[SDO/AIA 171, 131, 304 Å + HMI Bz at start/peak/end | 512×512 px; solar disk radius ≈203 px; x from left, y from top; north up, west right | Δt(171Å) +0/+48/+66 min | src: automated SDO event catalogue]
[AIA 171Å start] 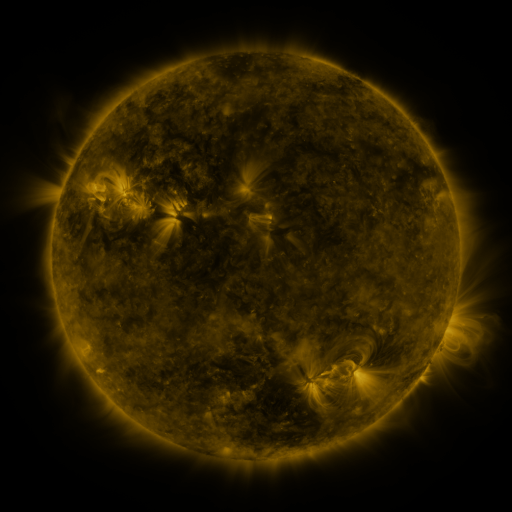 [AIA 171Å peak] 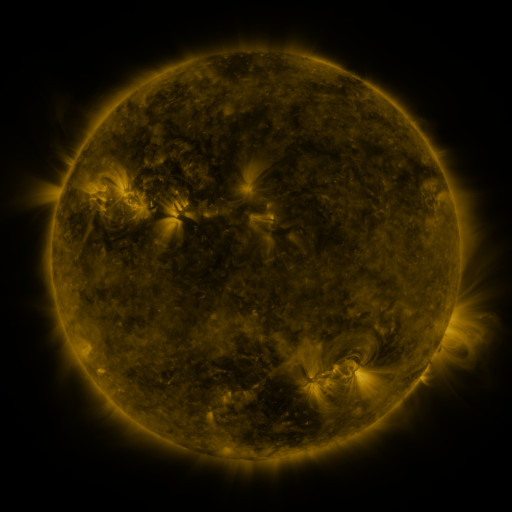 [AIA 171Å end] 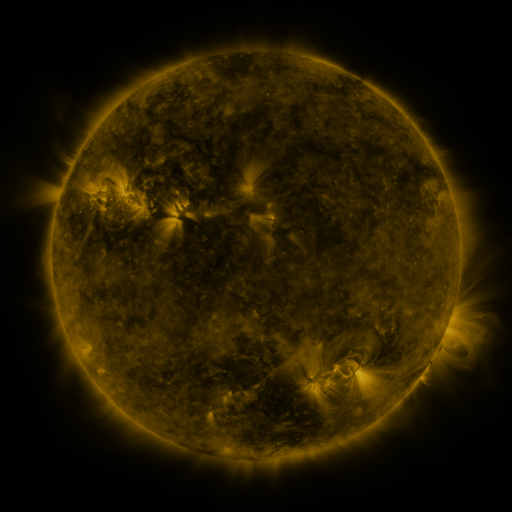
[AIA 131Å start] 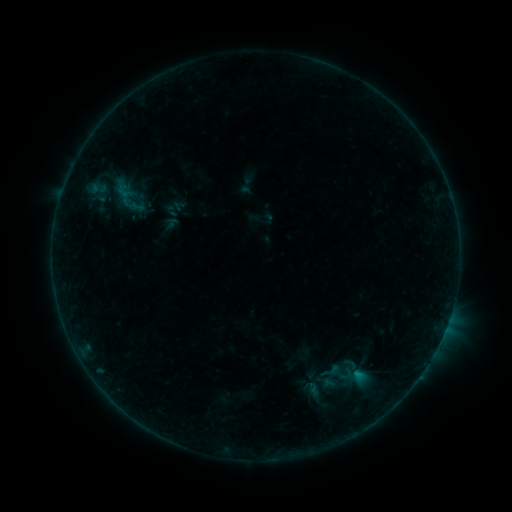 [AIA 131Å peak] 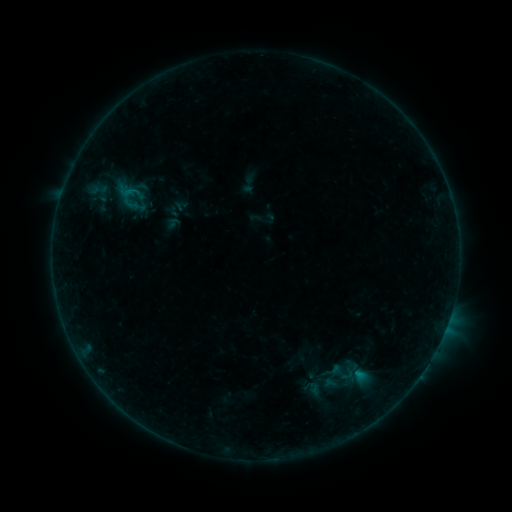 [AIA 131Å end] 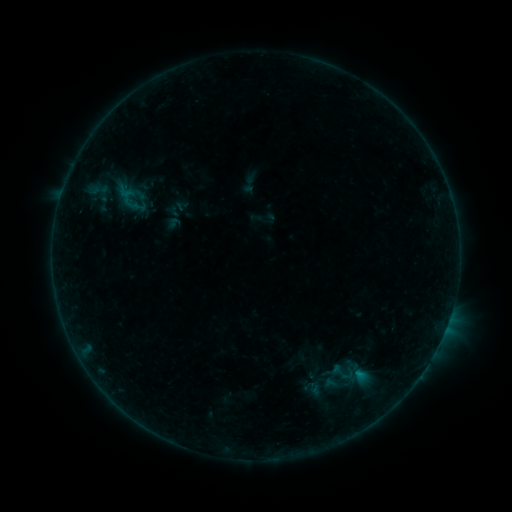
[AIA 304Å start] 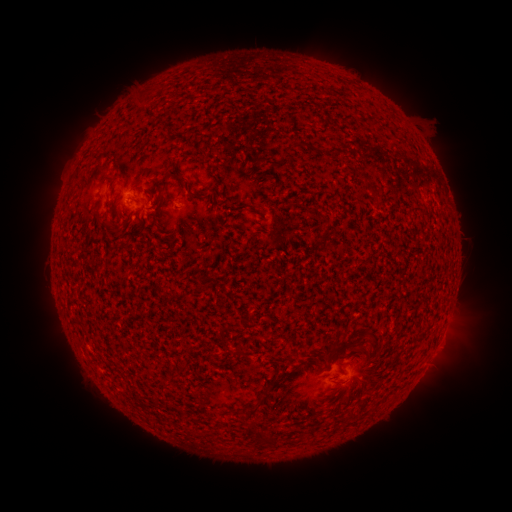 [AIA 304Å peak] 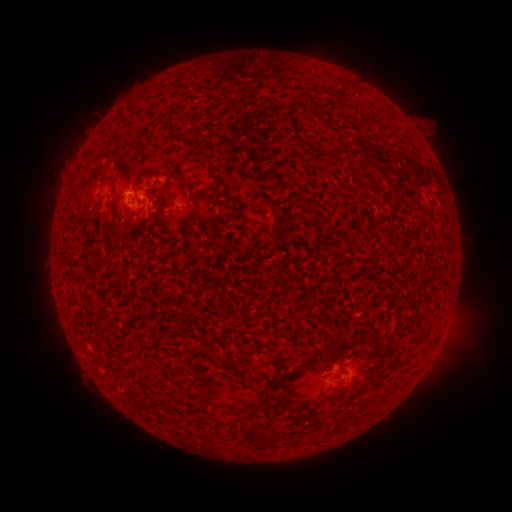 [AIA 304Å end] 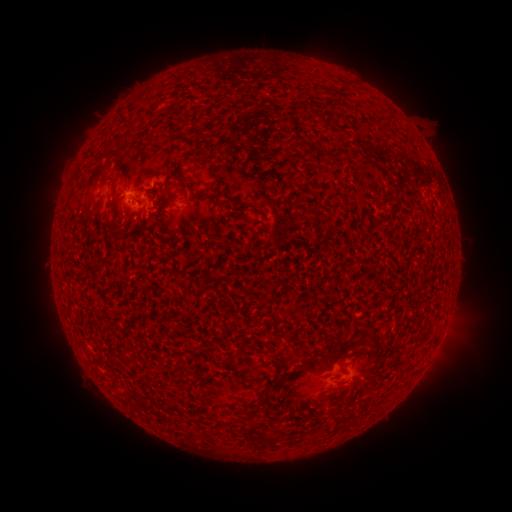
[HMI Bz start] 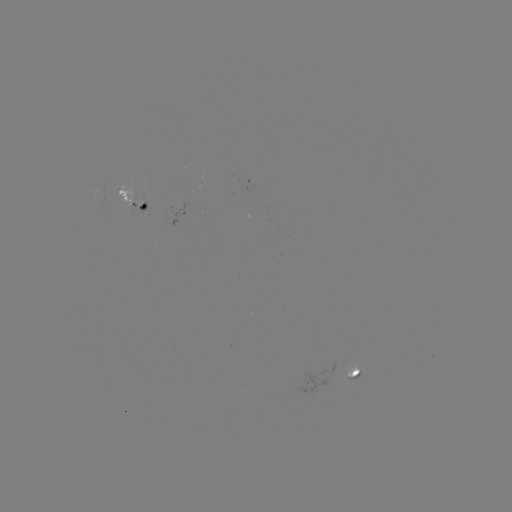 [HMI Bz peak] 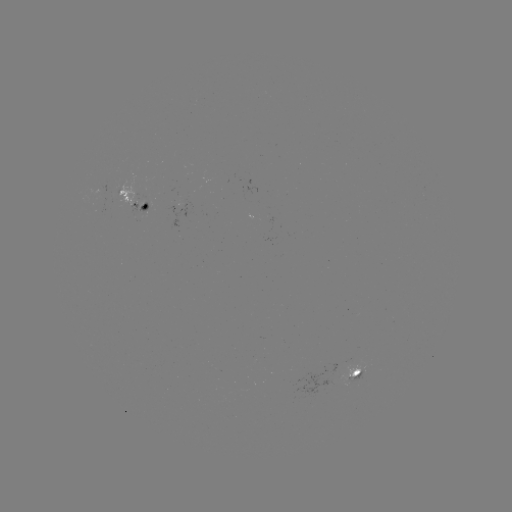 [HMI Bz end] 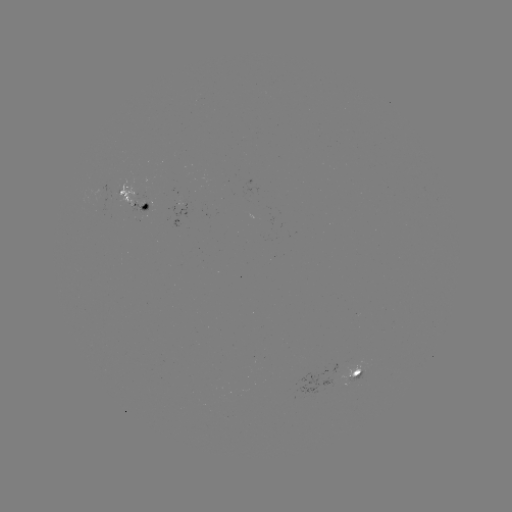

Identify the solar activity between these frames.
B4.0 flare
